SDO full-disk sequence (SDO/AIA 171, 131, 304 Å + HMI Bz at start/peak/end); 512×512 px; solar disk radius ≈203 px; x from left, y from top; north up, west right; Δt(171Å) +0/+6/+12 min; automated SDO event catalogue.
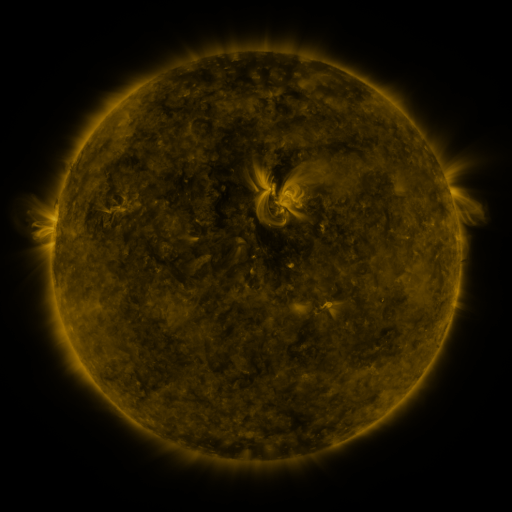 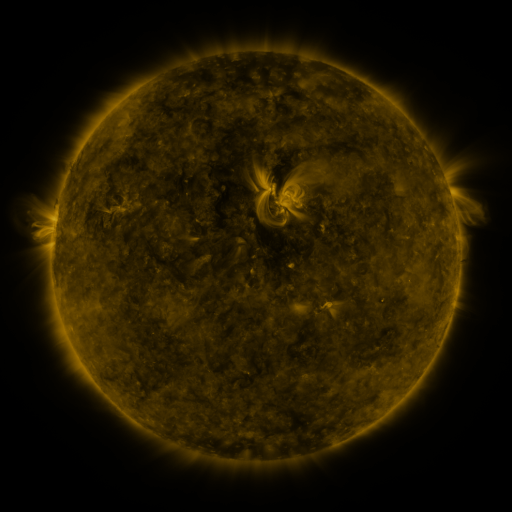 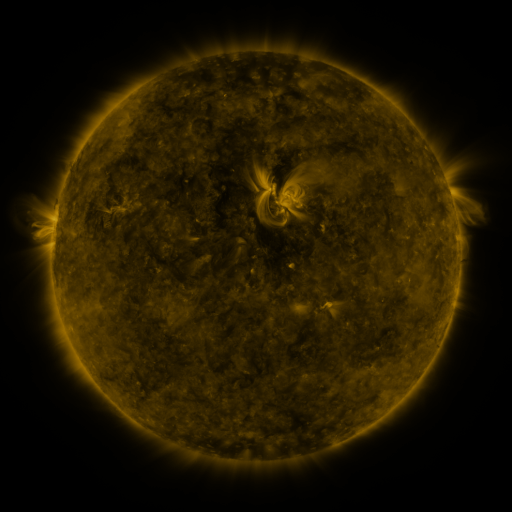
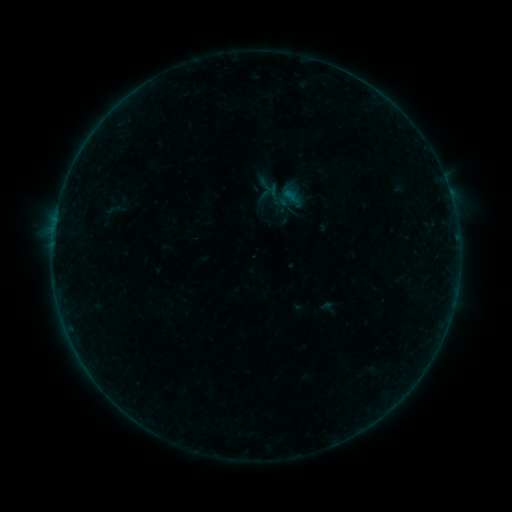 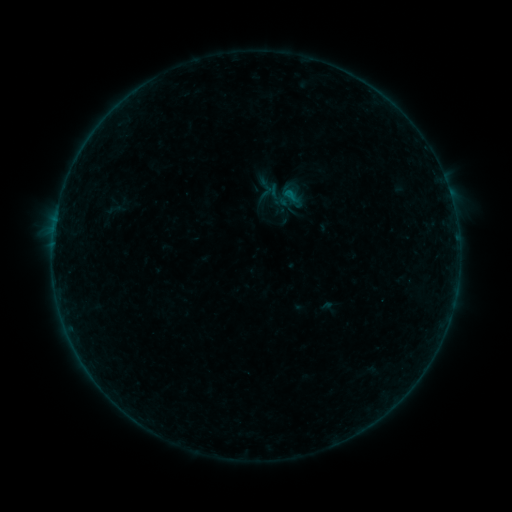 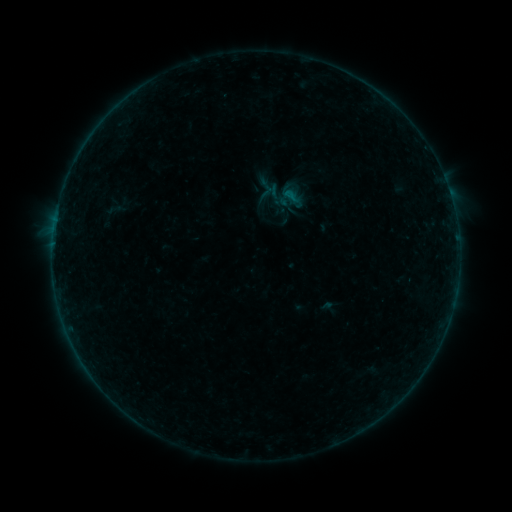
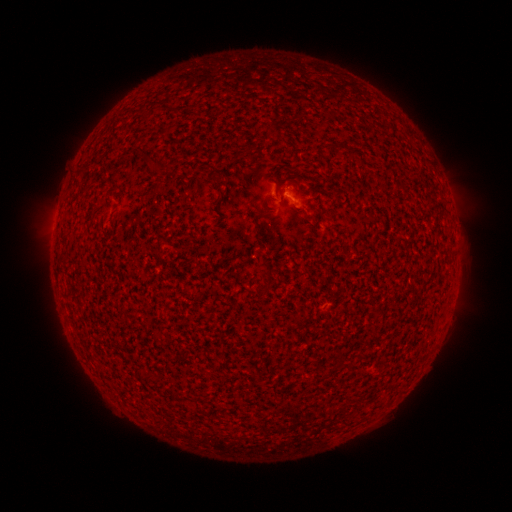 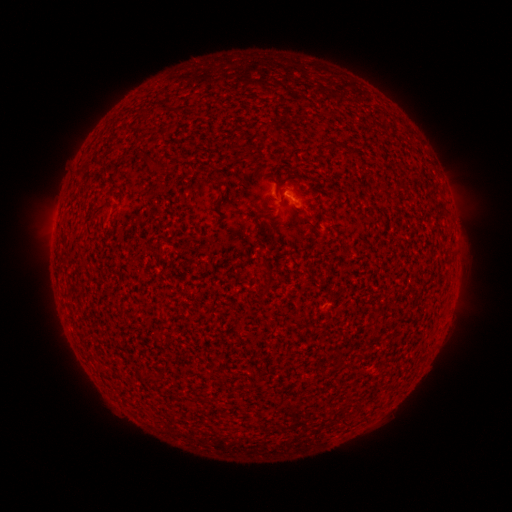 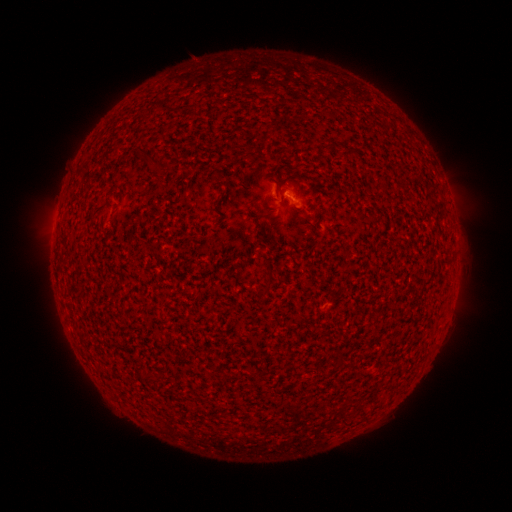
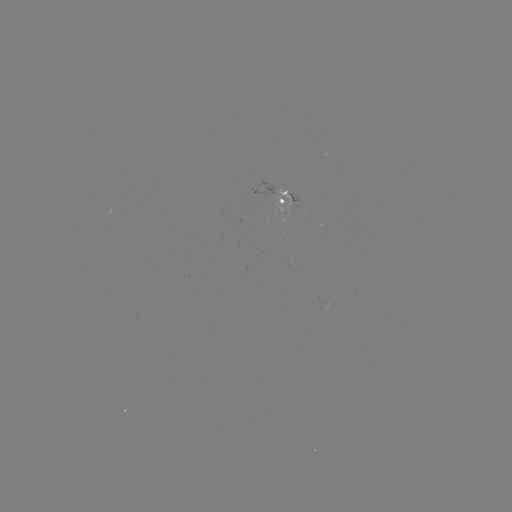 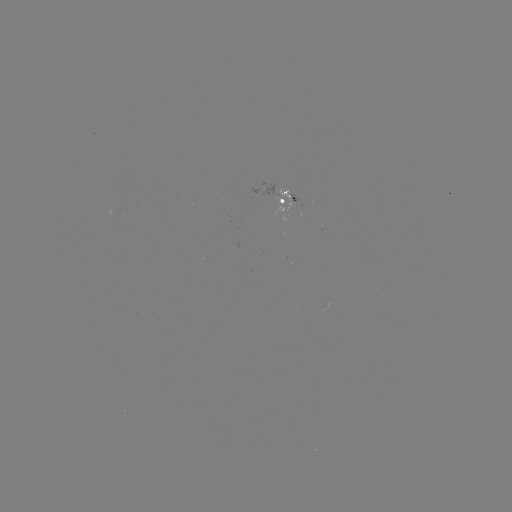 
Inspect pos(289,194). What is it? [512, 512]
B1.2 flare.